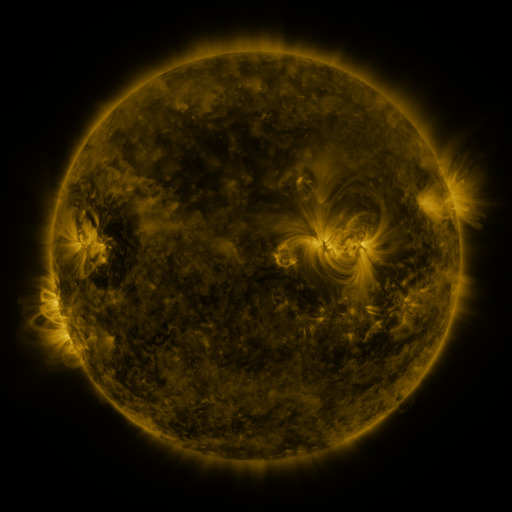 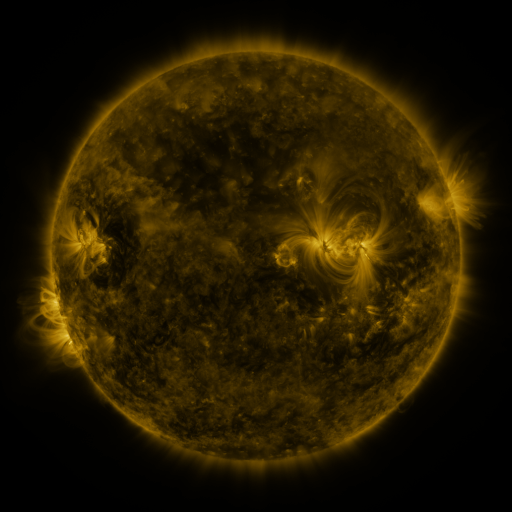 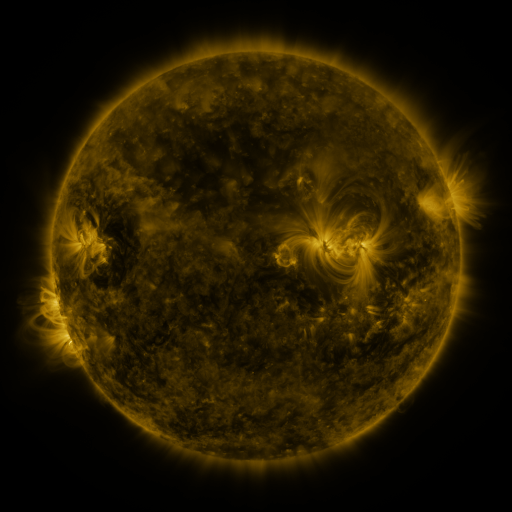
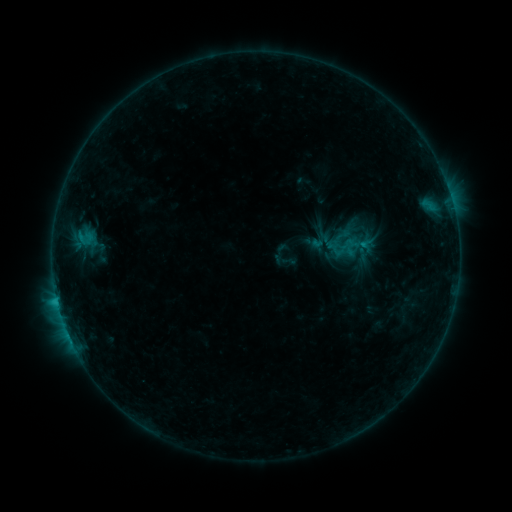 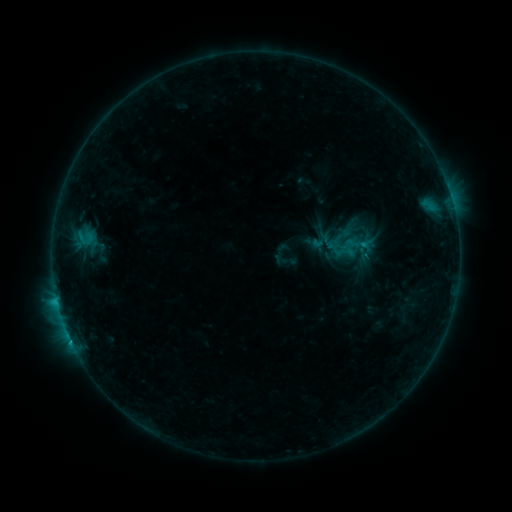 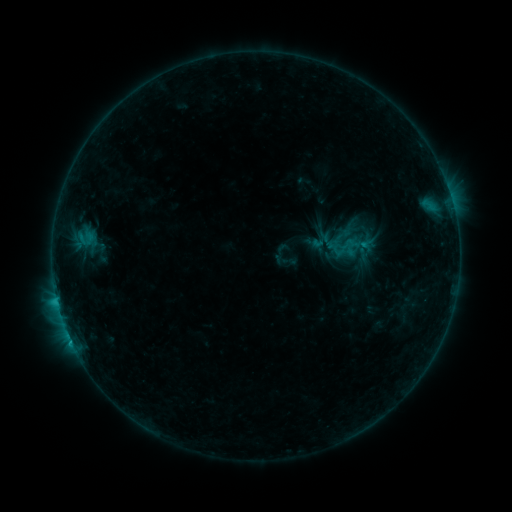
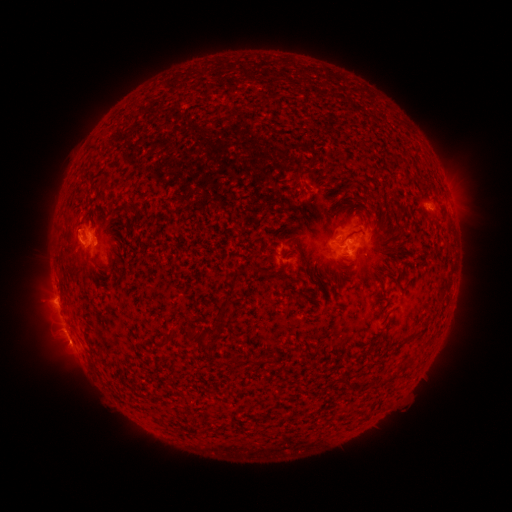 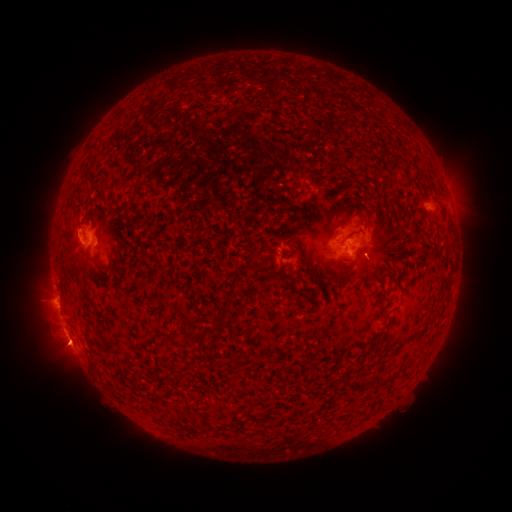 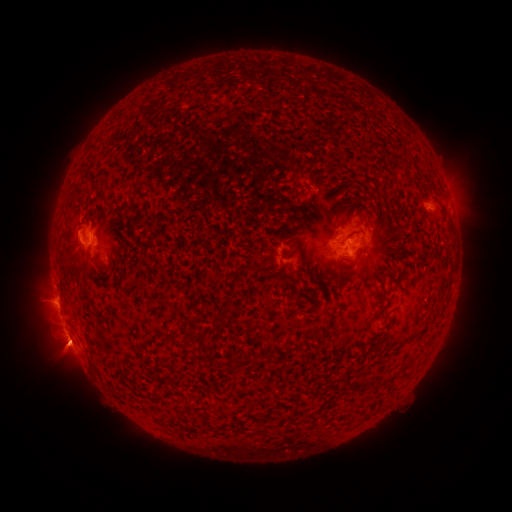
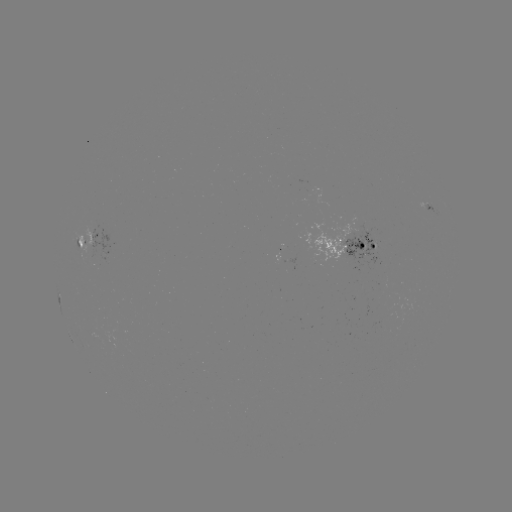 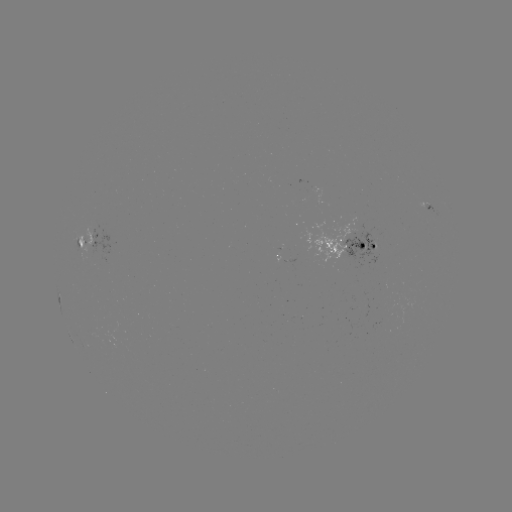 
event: flare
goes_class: C1.1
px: (366, 256)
